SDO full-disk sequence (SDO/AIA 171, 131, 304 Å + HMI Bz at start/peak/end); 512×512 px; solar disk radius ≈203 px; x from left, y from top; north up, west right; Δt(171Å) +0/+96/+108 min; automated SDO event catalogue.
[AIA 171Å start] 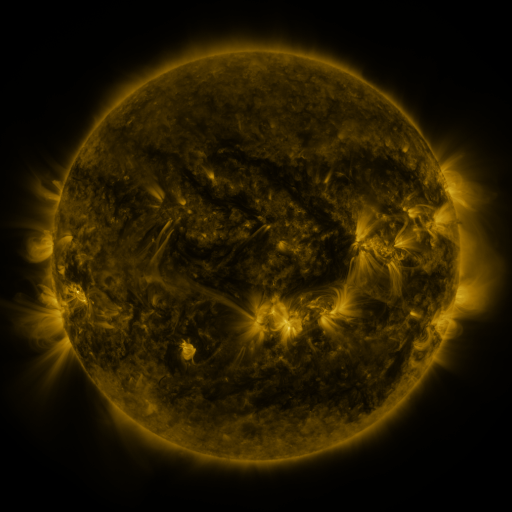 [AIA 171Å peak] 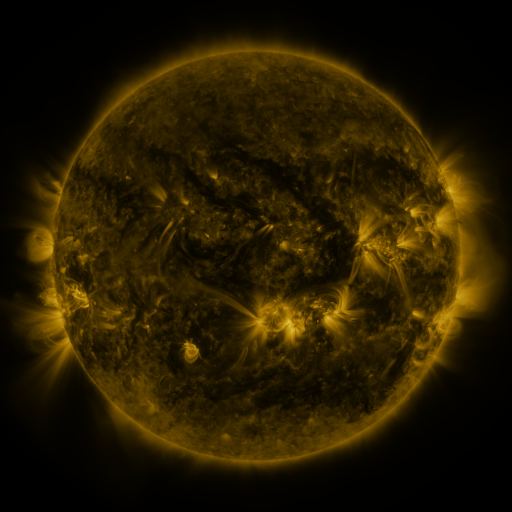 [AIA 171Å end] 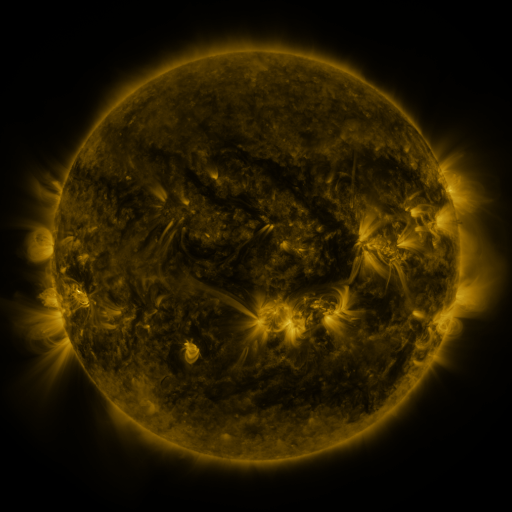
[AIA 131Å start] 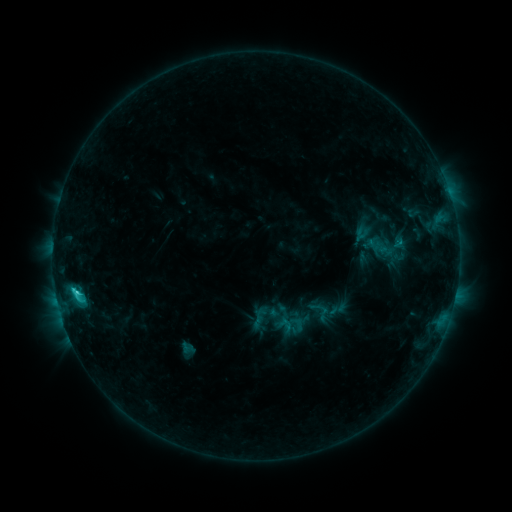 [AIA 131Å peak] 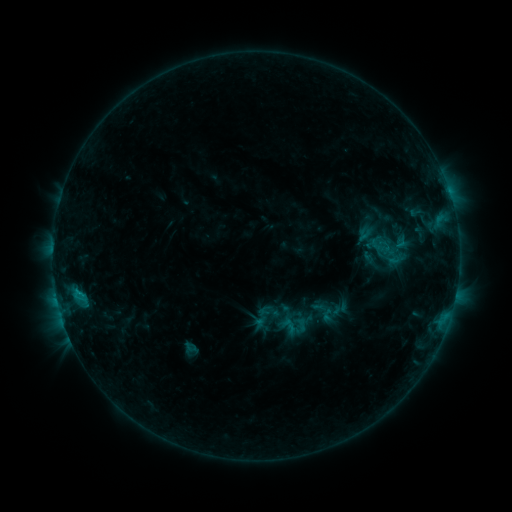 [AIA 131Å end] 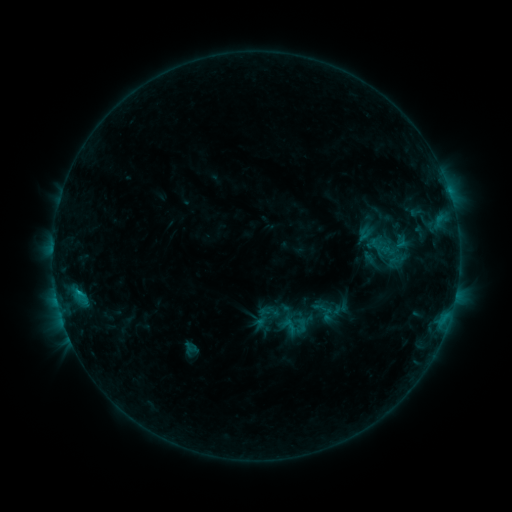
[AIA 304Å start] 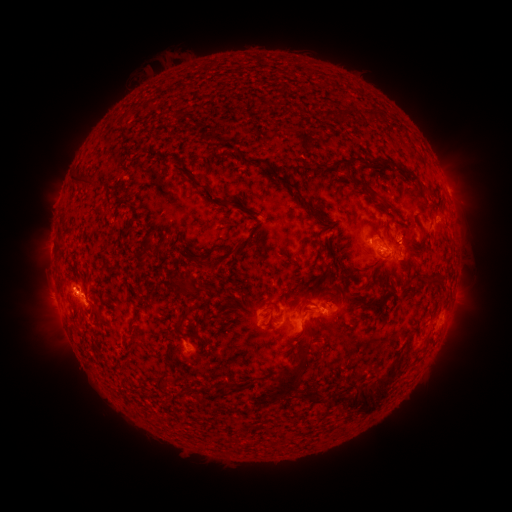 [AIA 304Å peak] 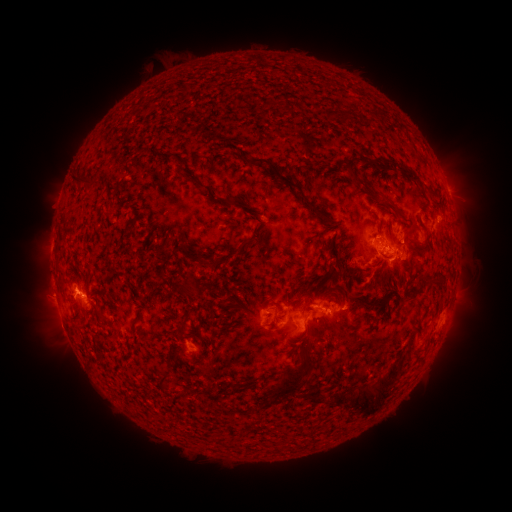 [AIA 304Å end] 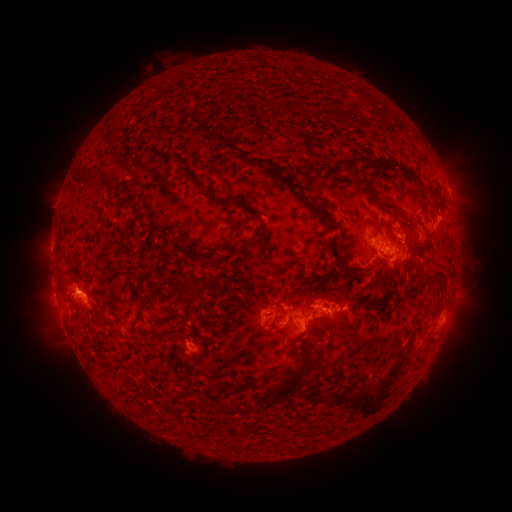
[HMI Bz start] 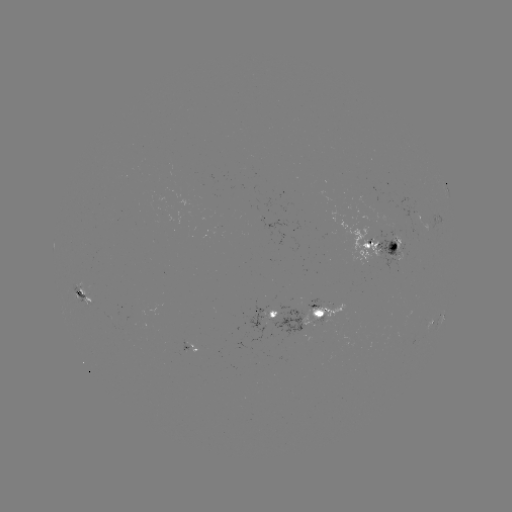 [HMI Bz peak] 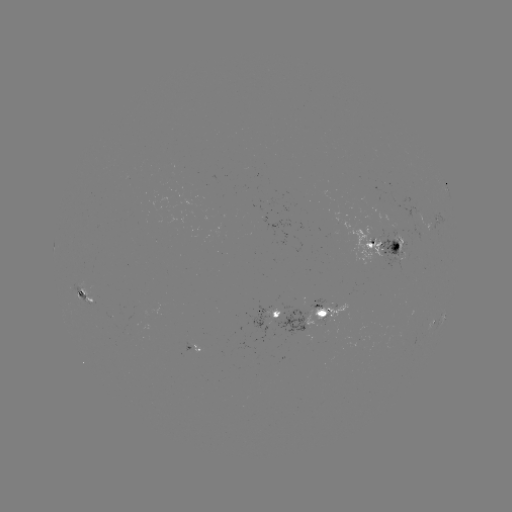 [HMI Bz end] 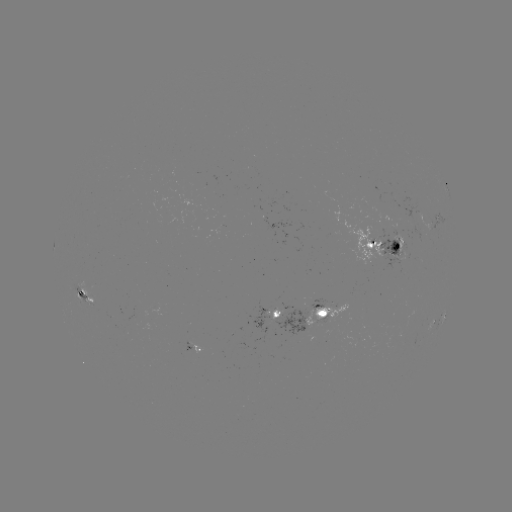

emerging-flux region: (378, 230, 410, 272)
